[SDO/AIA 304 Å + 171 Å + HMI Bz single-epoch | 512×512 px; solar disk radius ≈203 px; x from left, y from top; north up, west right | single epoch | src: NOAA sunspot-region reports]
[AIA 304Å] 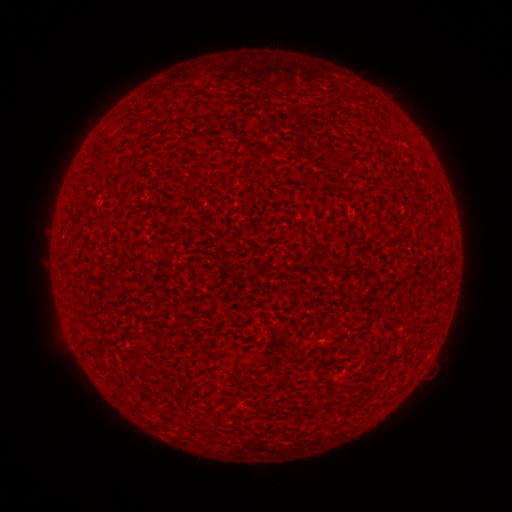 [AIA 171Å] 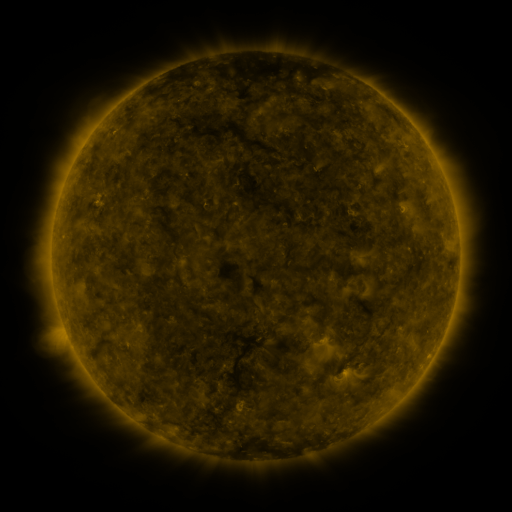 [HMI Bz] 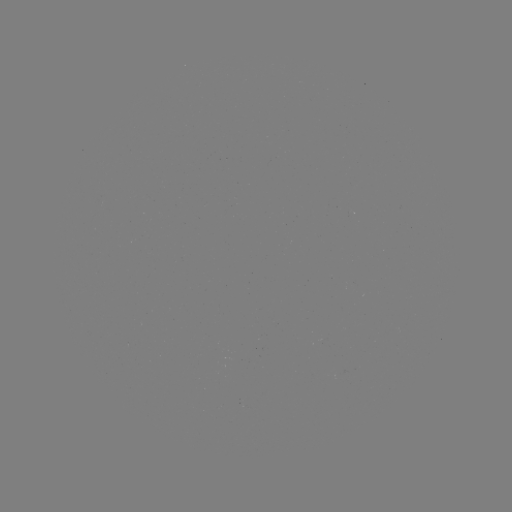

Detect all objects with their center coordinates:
(none)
